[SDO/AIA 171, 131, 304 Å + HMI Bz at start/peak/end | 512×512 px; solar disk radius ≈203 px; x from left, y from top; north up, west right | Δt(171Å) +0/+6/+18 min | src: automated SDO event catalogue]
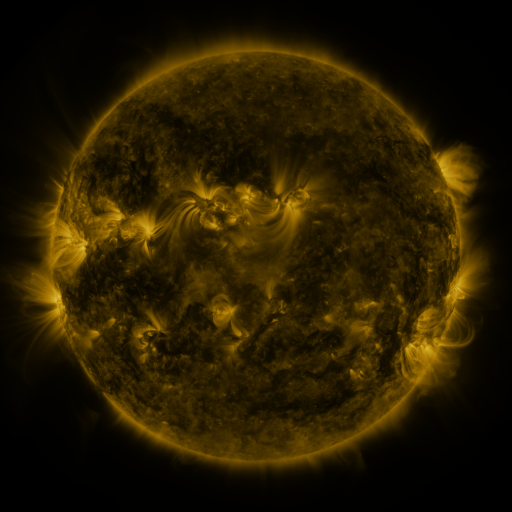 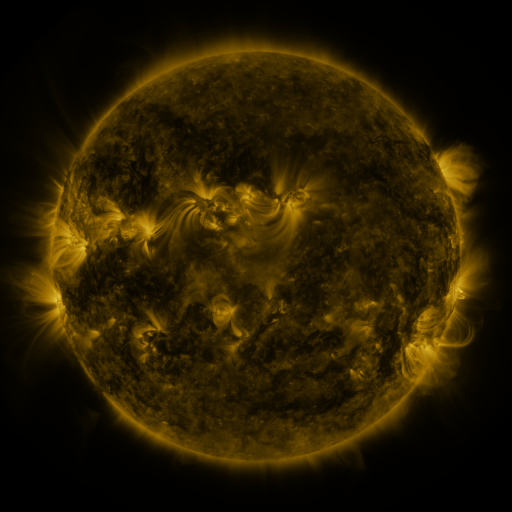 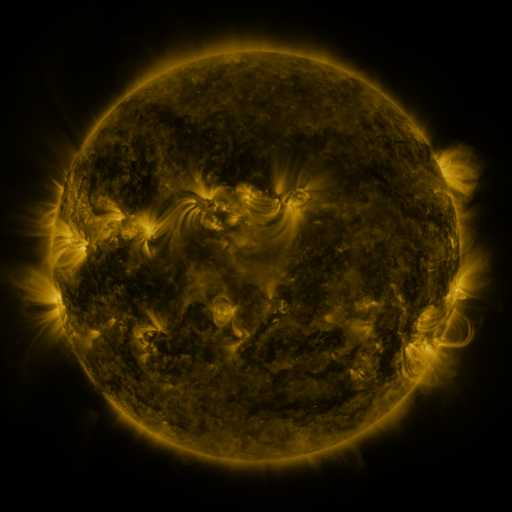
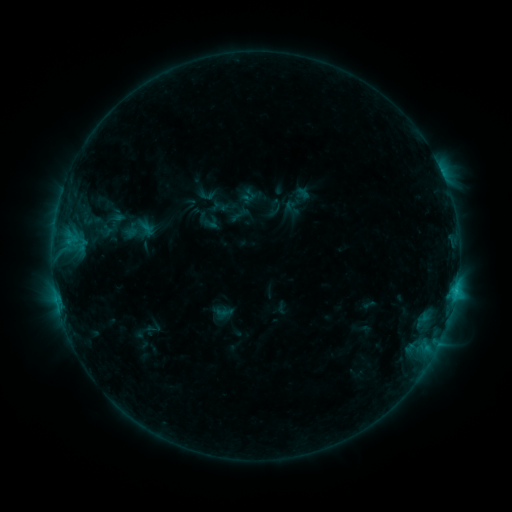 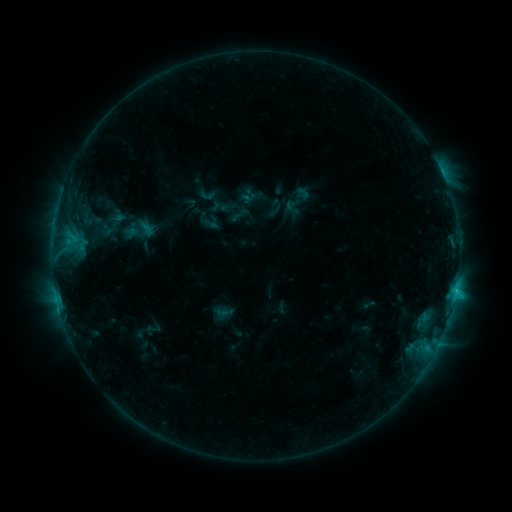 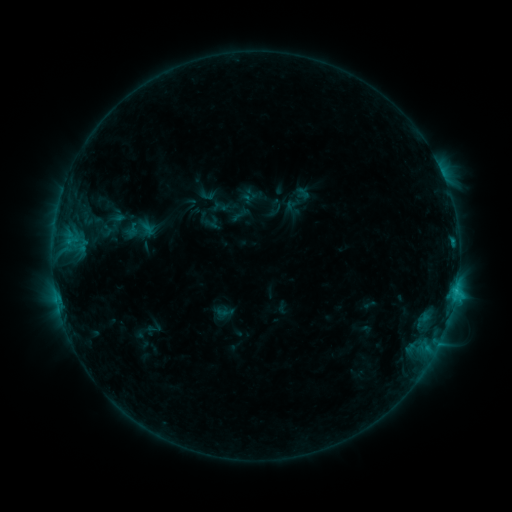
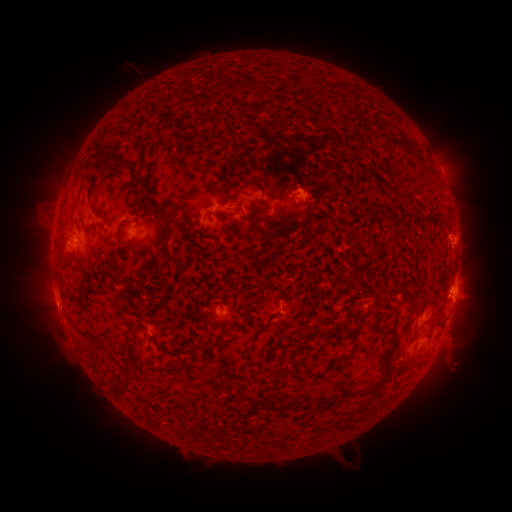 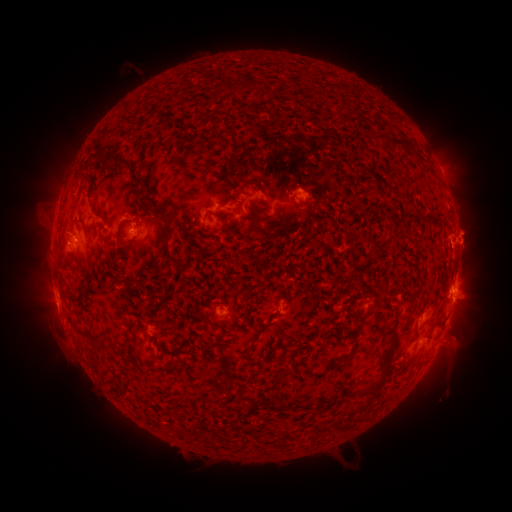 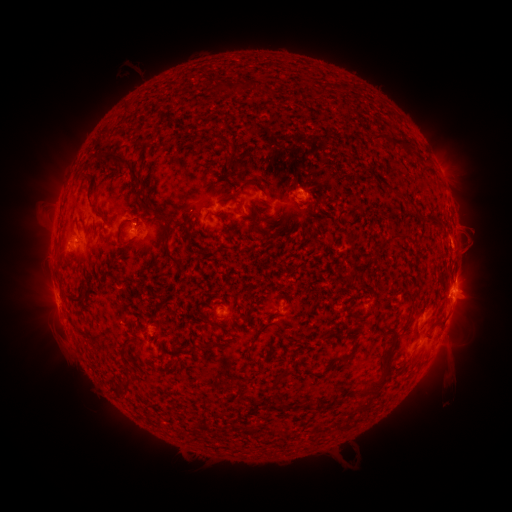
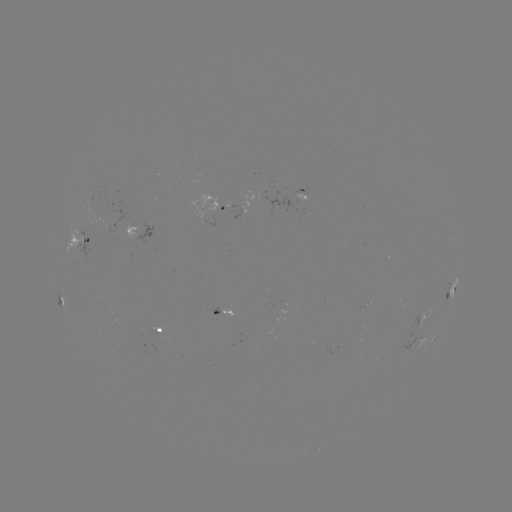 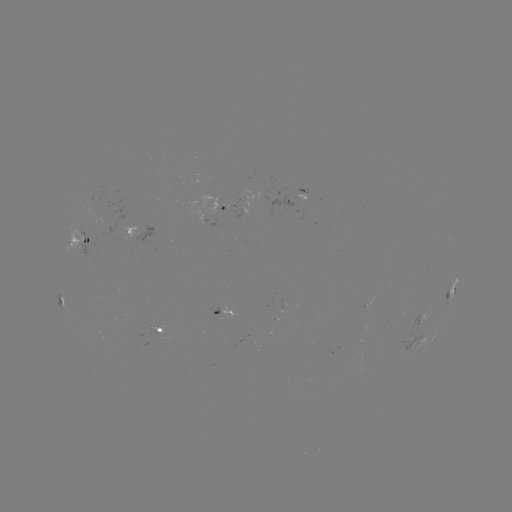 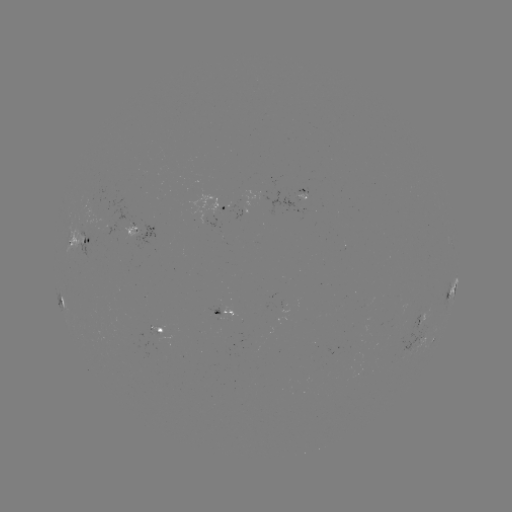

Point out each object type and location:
eruption: (476, 238)
